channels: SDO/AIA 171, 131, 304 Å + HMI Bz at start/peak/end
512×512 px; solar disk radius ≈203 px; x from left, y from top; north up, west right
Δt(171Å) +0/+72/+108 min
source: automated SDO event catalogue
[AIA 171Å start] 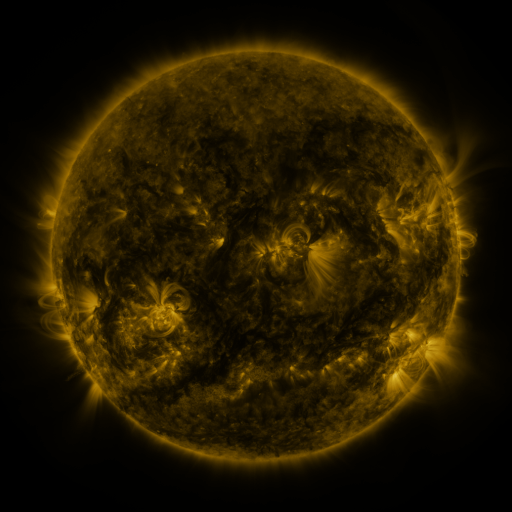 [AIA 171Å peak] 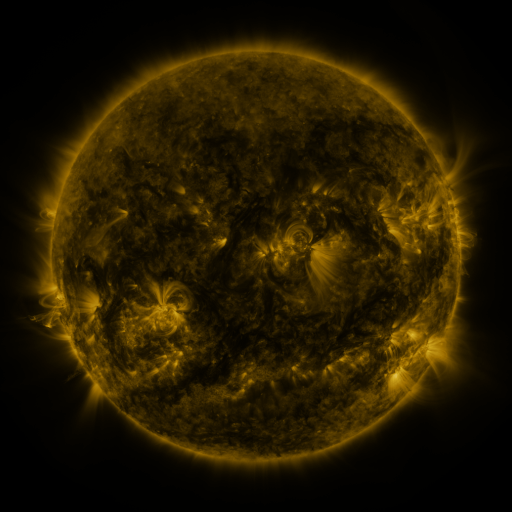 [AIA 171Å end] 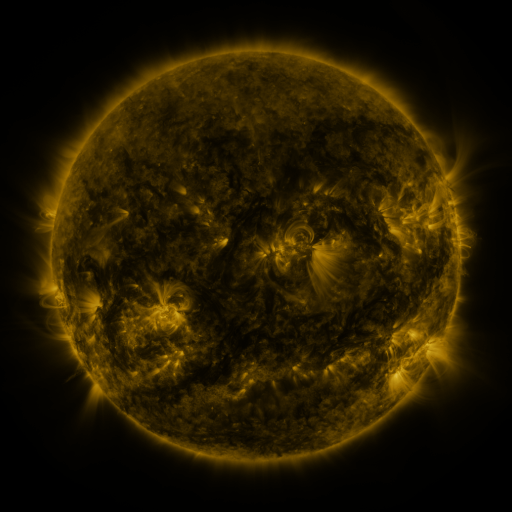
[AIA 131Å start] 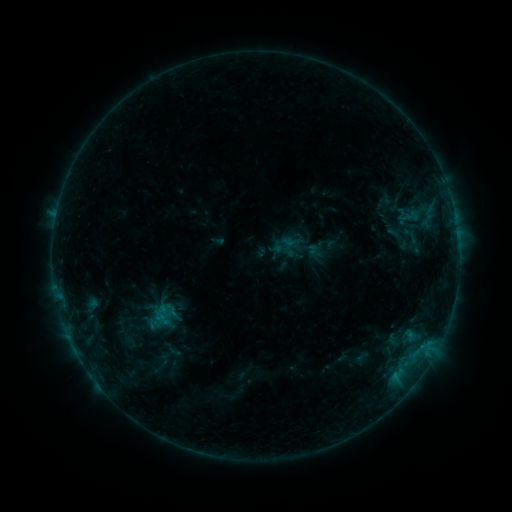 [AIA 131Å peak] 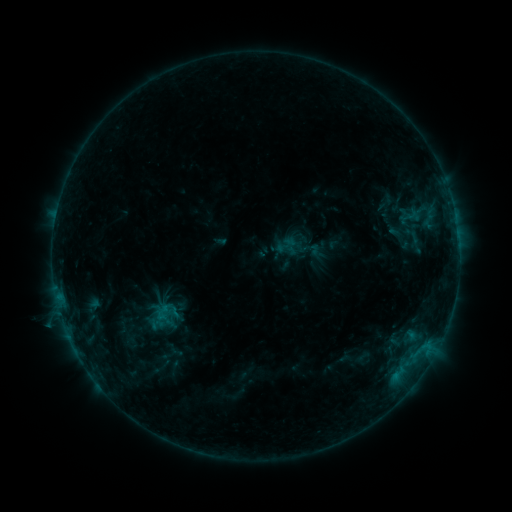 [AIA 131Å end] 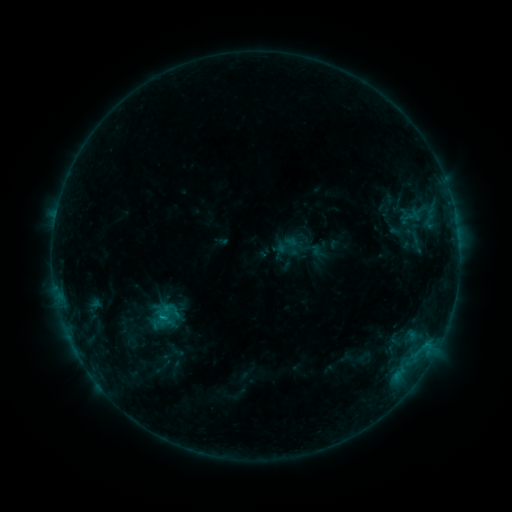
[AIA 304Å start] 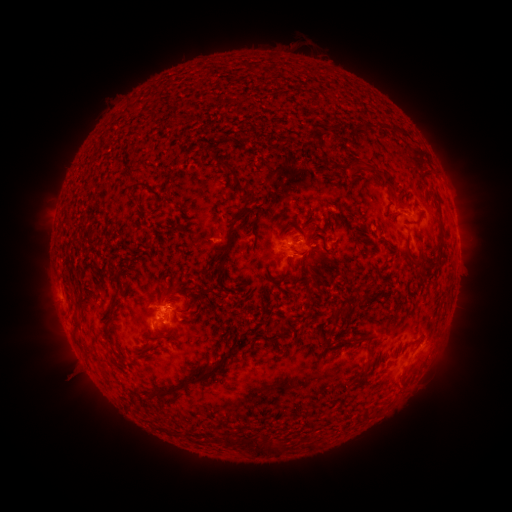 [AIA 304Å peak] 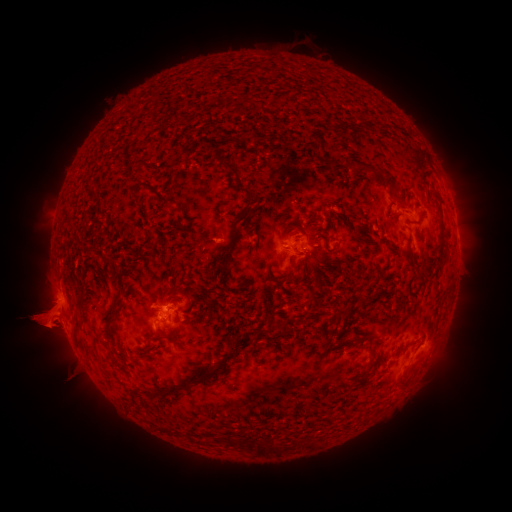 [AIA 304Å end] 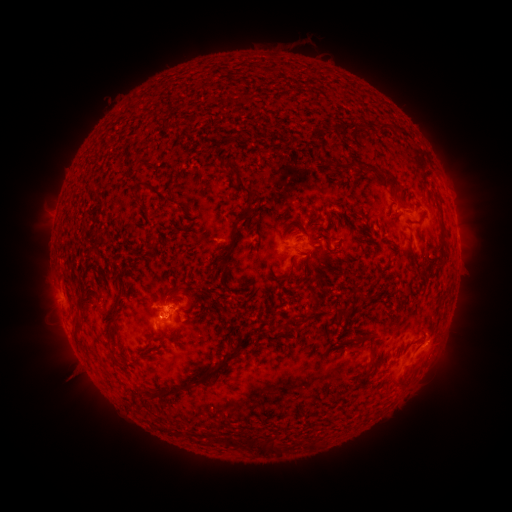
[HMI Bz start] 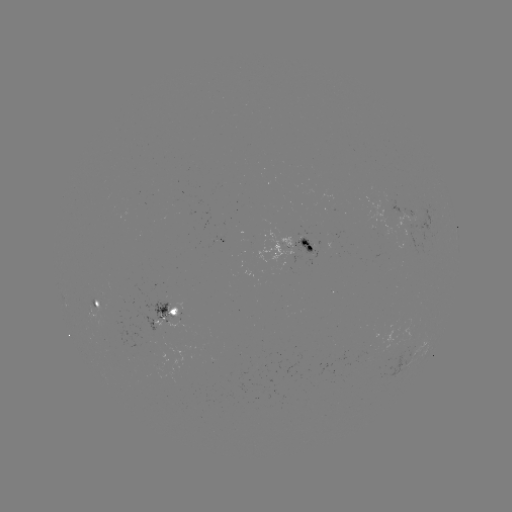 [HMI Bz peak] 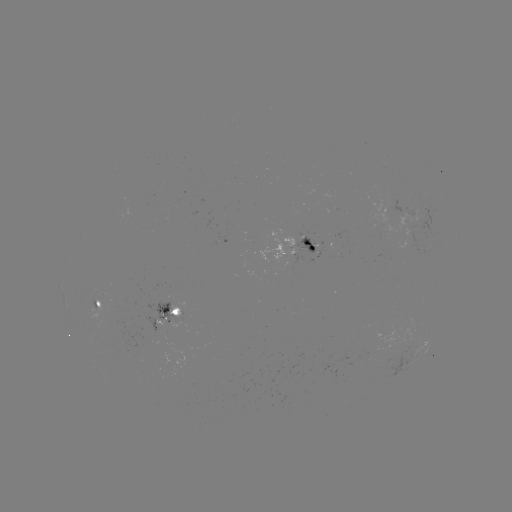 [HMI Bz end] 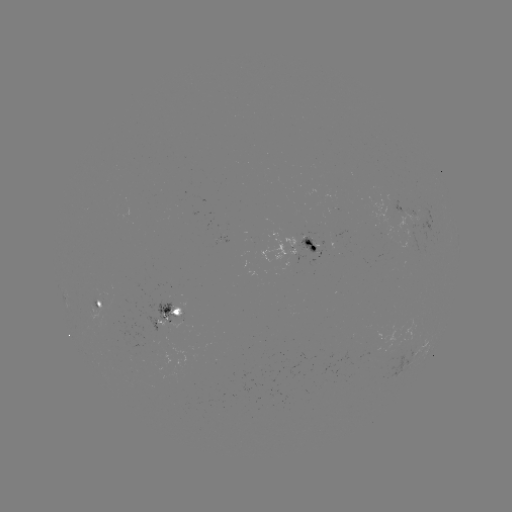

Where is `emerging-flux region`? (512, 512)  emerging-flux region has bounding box [402, 208, 415, 216].